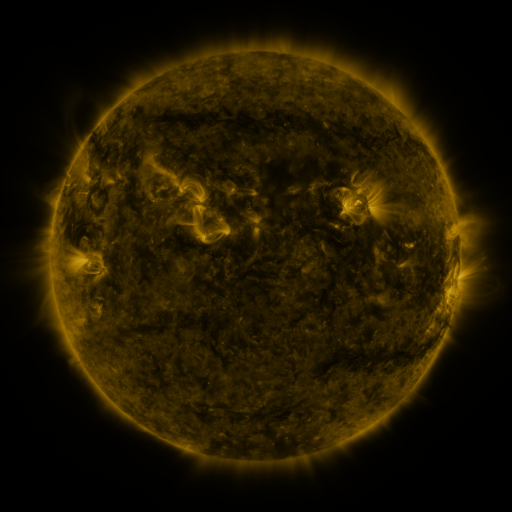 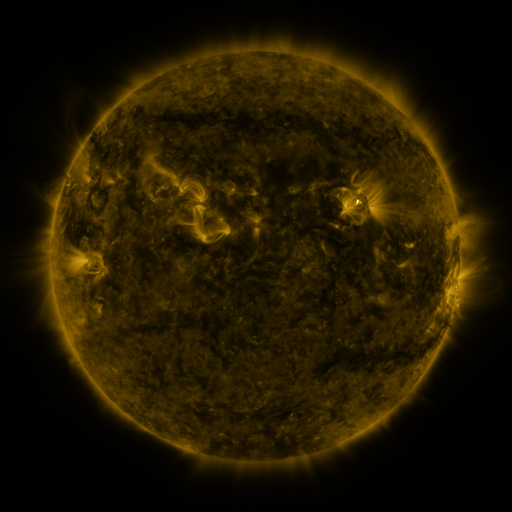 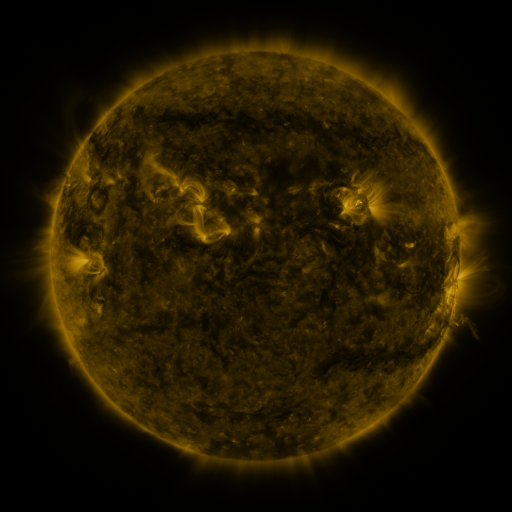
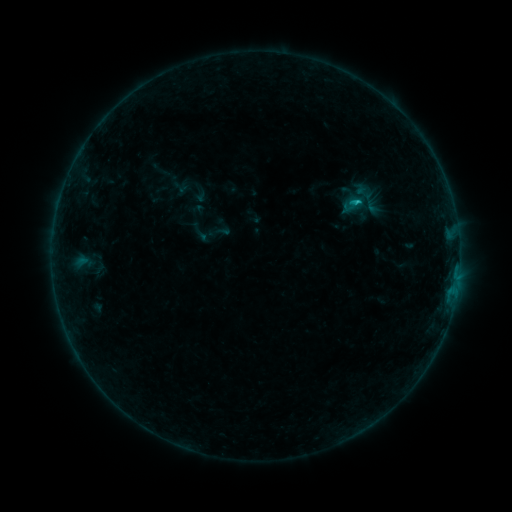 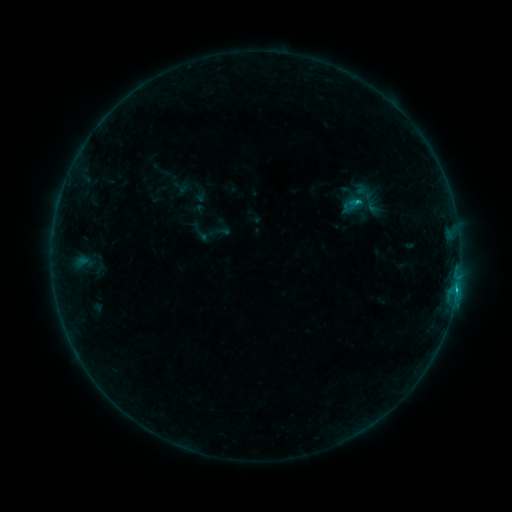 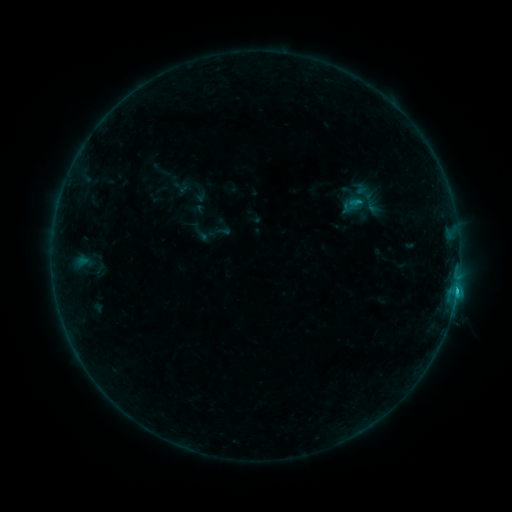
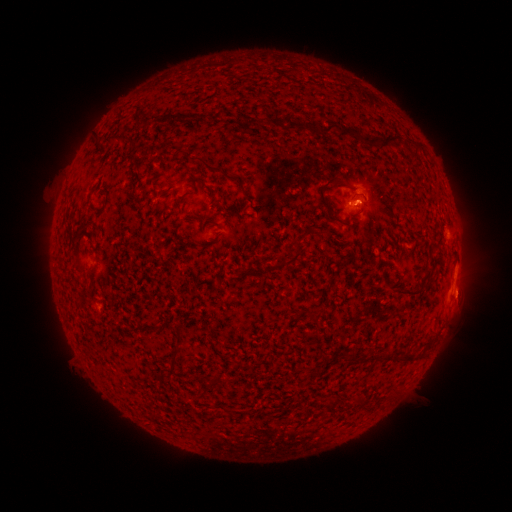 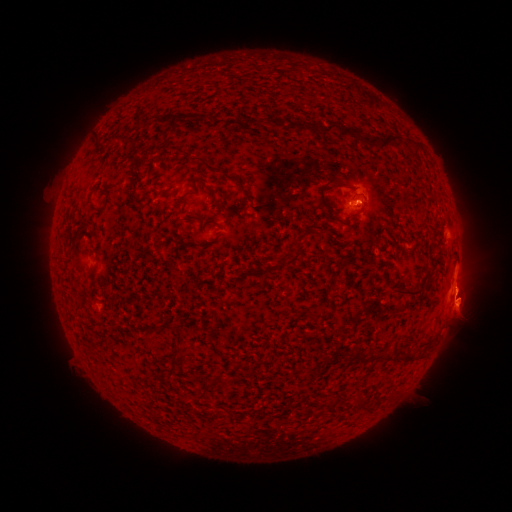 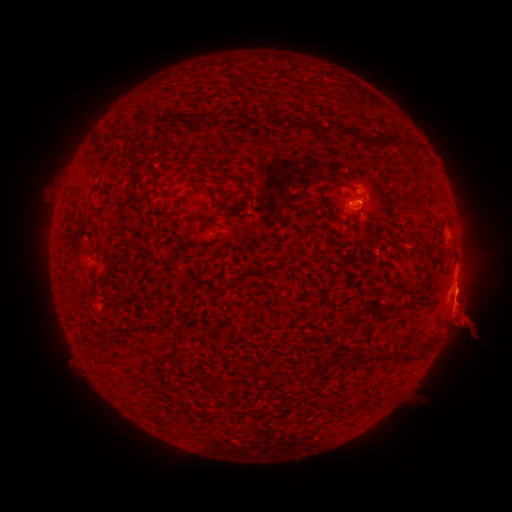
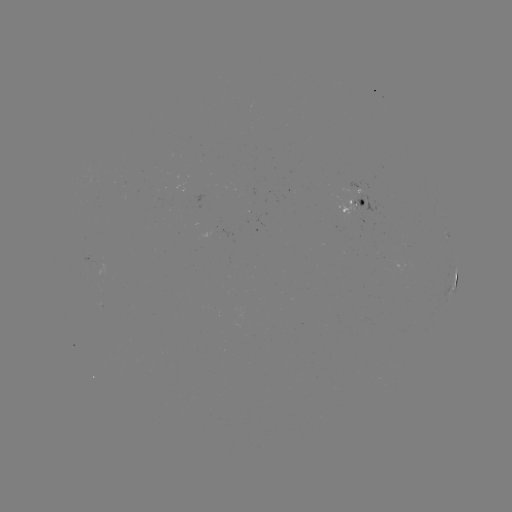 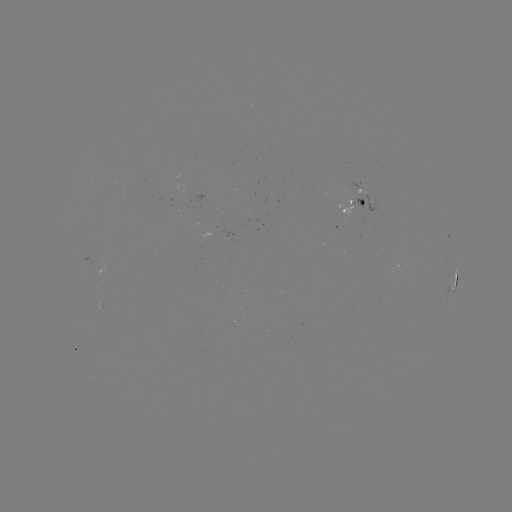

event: flare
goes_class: C1.0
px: (456, 287)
